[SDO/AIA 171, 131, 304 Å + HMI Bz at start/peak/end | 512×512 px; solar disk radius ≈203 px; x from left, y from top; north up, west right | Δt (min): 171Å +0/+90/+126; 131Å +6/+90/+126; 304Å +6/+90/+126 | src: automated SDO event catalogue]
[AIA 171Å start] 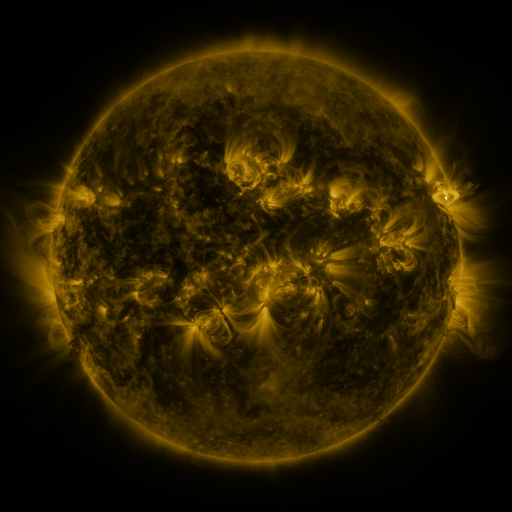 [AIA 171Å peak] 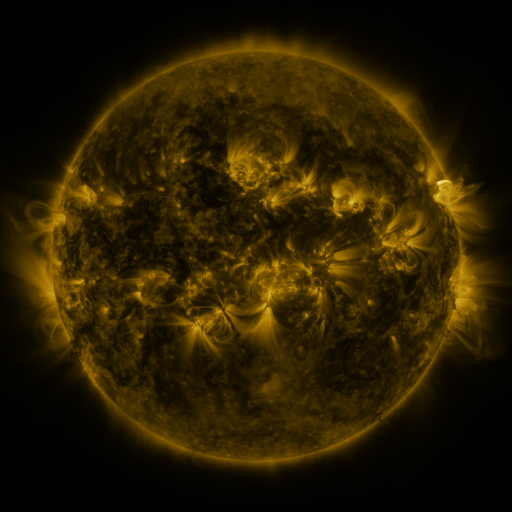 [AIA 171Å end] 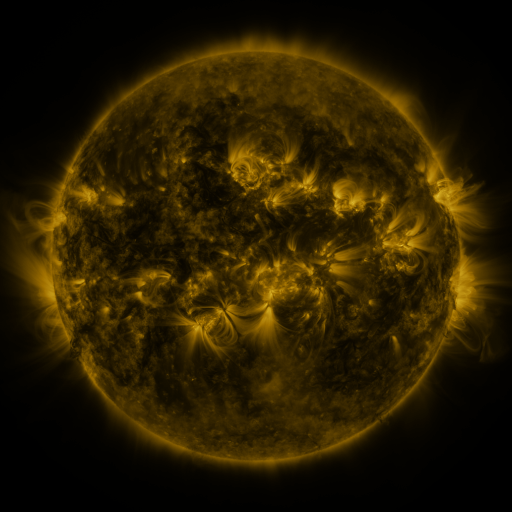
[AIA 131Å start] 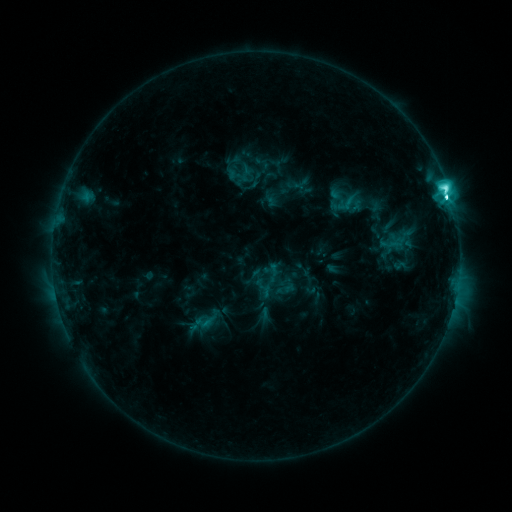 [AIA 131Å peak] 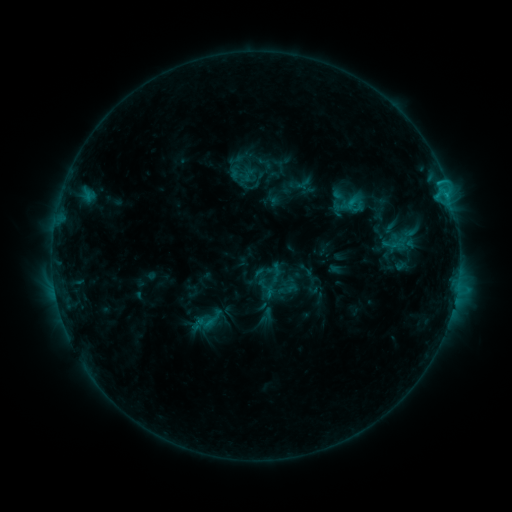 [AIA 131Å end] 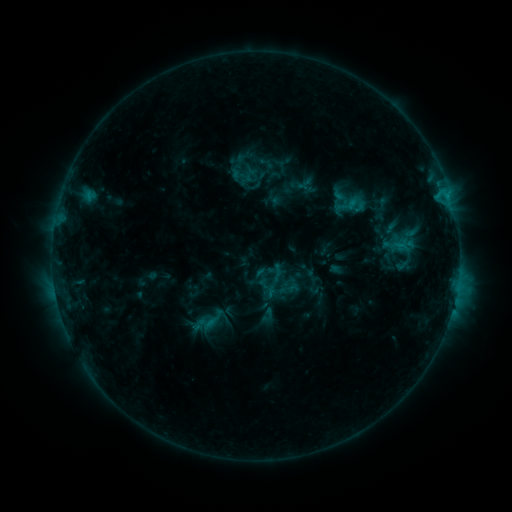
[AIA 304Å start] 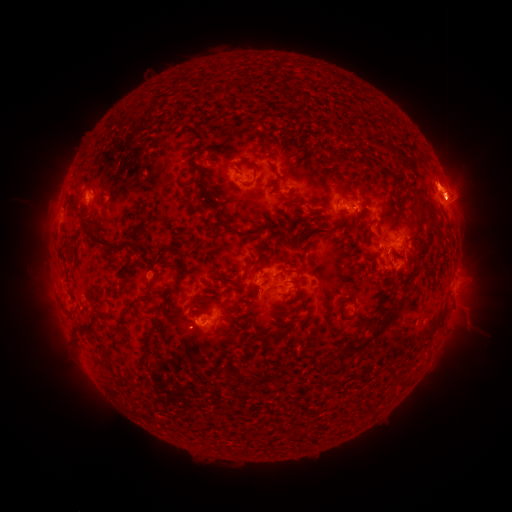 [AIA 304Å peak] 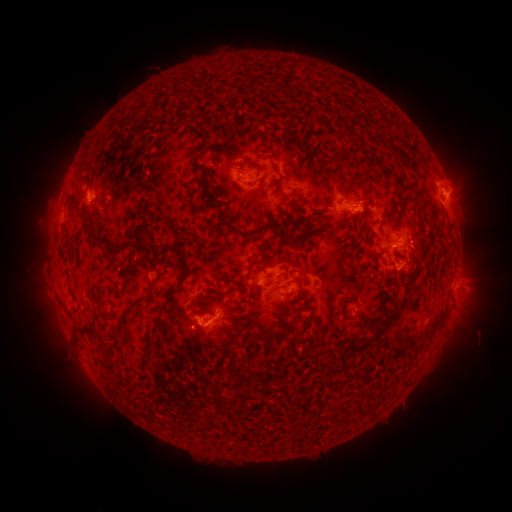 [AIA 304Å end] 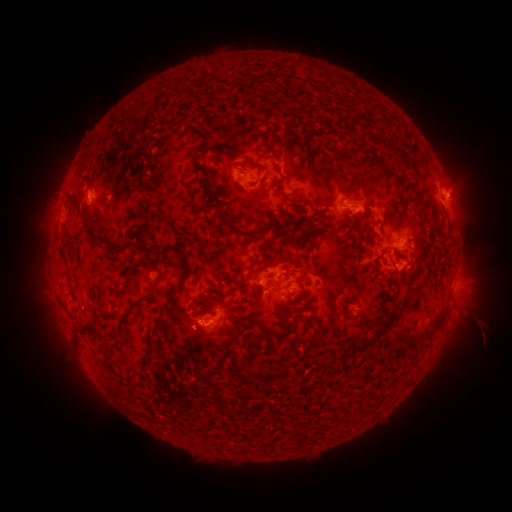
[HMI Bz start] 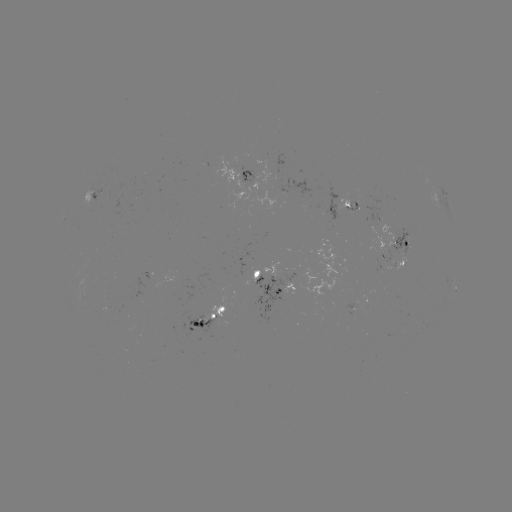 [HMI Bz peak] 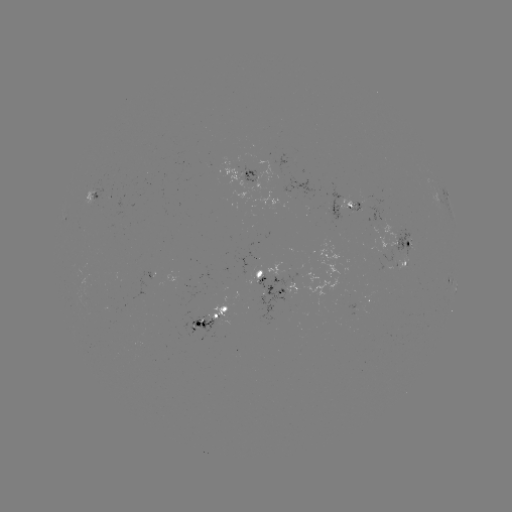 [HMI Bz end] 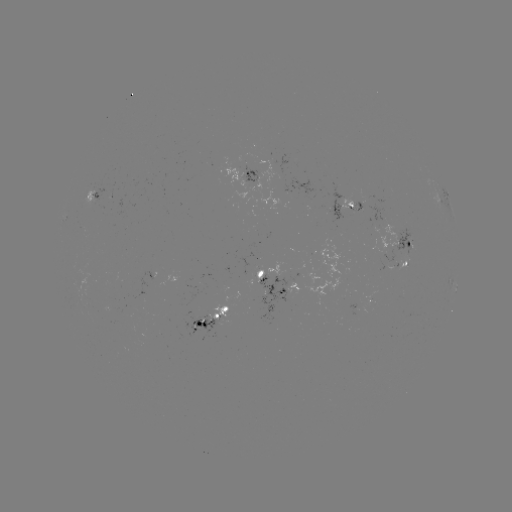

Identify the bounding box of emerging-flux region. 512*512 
[369, 244, 392, 264].